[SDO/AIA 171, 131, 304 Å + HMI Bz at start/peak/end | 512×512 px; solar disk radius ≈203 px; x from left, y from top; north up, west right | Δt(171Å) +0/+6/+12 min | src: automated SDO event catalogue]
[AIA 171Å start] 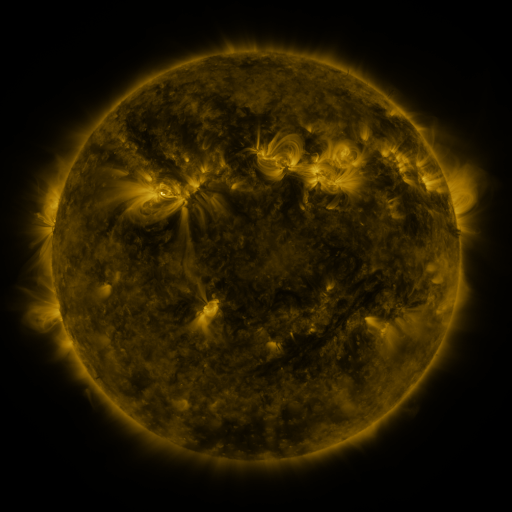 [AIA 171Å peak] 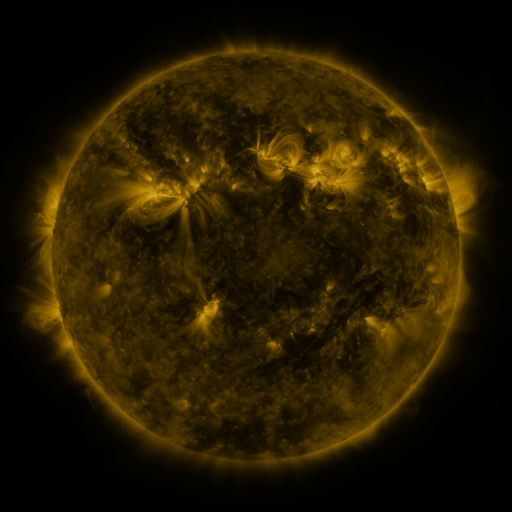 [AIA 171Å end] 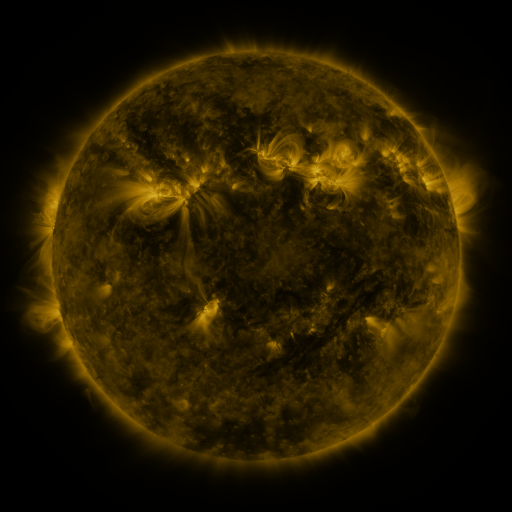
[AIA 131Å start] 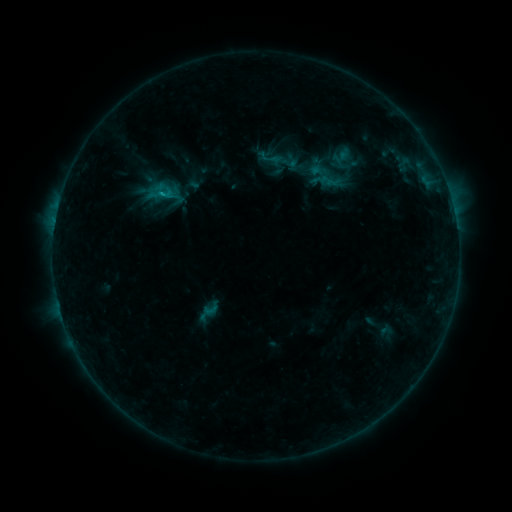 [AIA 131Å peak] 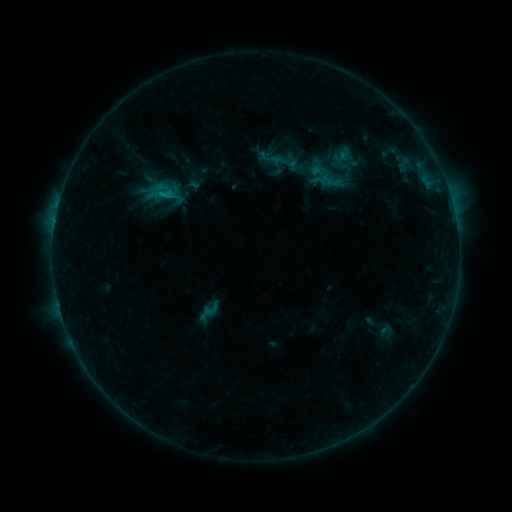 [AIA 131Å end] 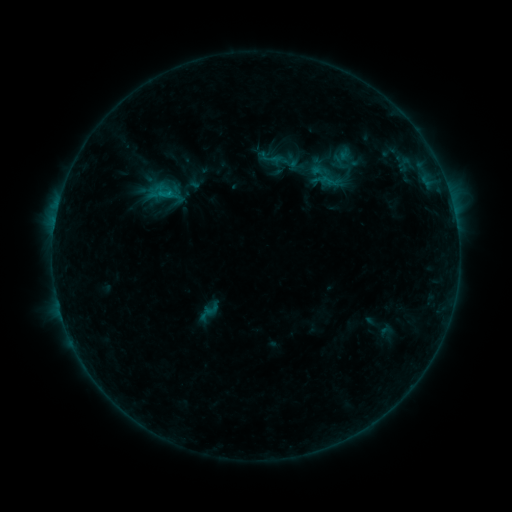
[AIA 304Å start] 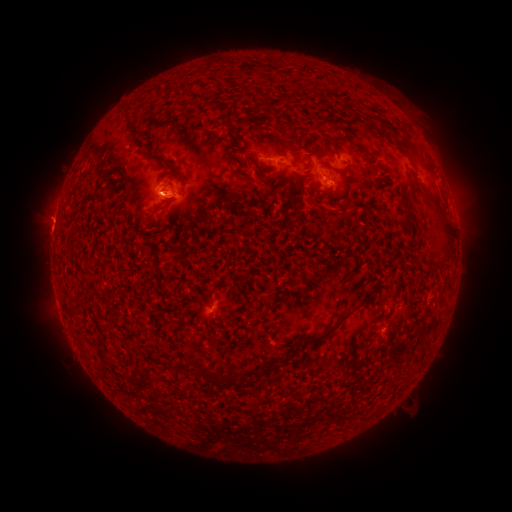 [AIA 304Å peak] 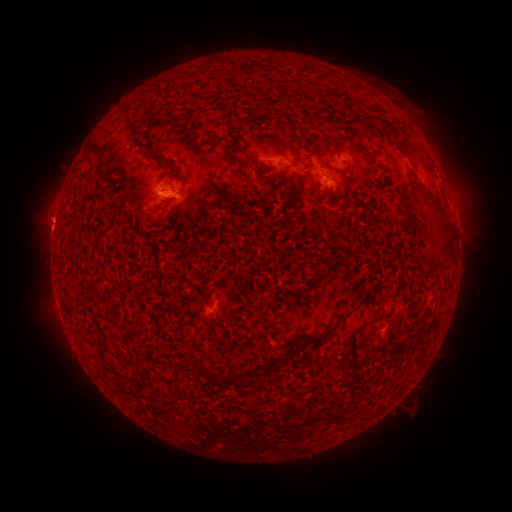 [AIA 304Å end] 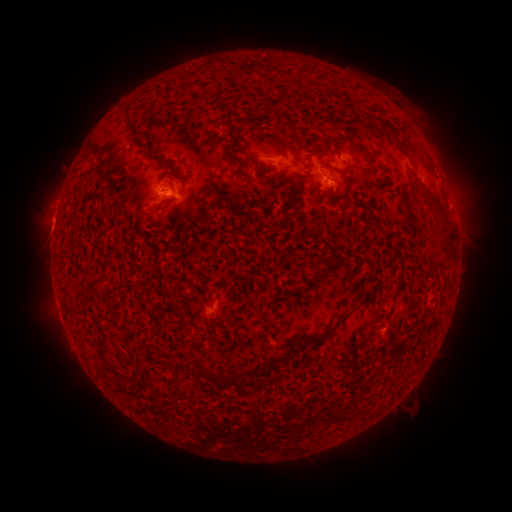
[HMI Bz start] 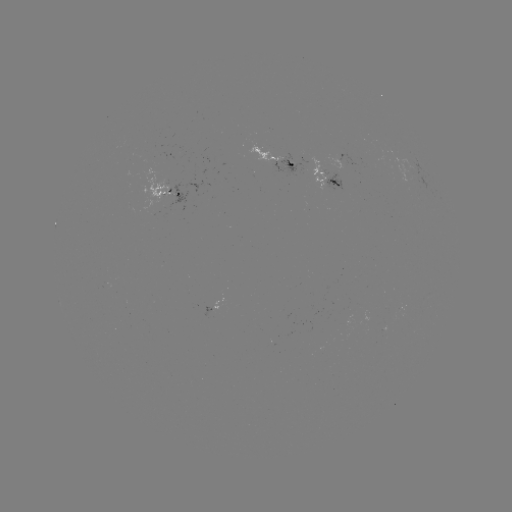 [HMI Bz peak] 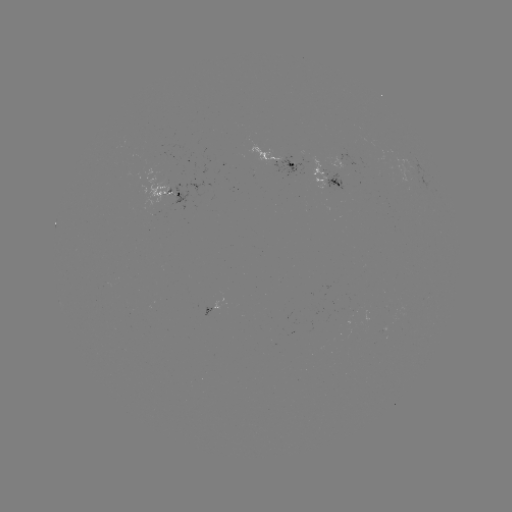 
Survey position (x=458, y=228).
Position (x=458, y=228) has eruption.